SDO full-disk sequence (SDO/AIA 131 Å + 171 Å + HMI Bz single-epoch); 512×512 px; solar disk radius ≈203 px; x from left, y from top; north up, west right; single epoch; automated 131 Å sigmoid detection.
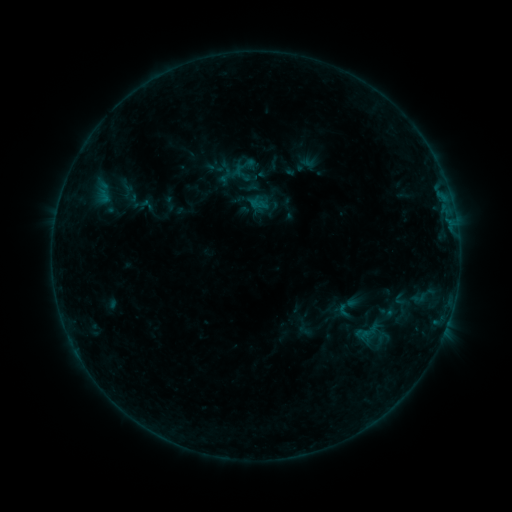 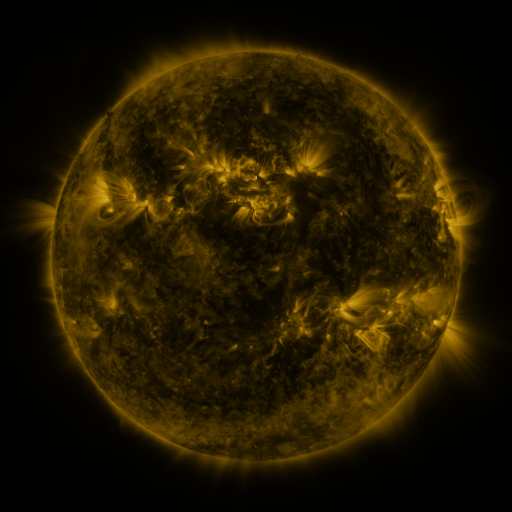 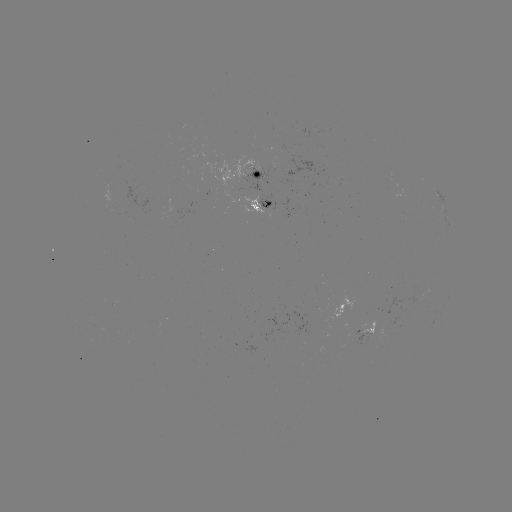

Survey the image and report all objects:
sigmoid: <bbox>204, 158, 223, 177</bbox>
sigmoid: <bbox>233, 163, 253, 183</bbox>
sigmoid: <bbox>217, 167, 234, 184</bbox>
sigmoid: <bbox>263, 199, 282, 218</bbox>
sigmoid: <bbox>335, 301, 352, 319</bbox>
